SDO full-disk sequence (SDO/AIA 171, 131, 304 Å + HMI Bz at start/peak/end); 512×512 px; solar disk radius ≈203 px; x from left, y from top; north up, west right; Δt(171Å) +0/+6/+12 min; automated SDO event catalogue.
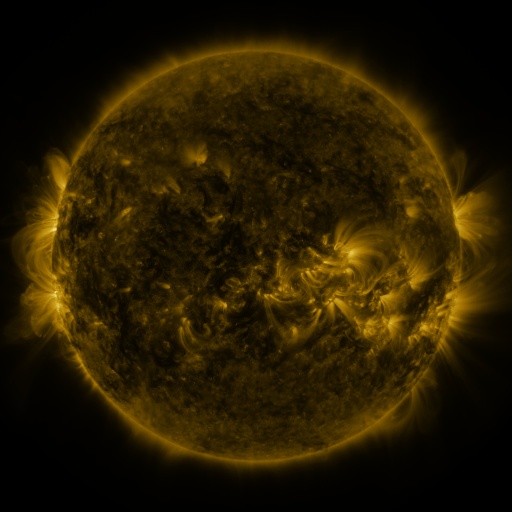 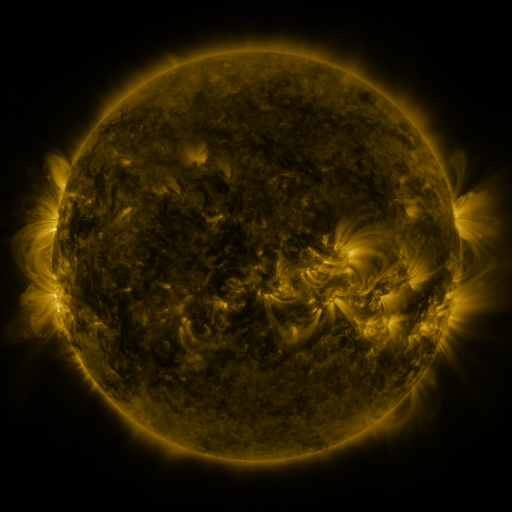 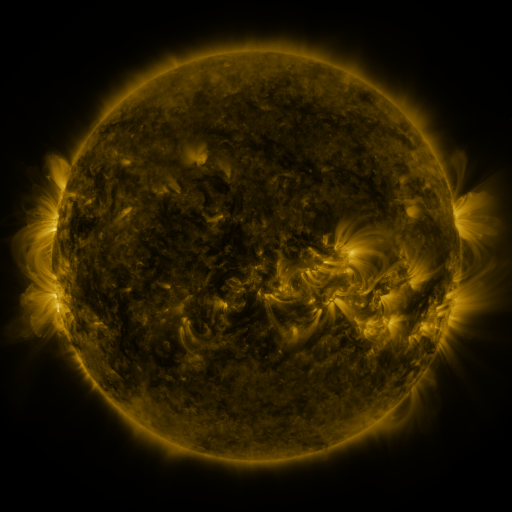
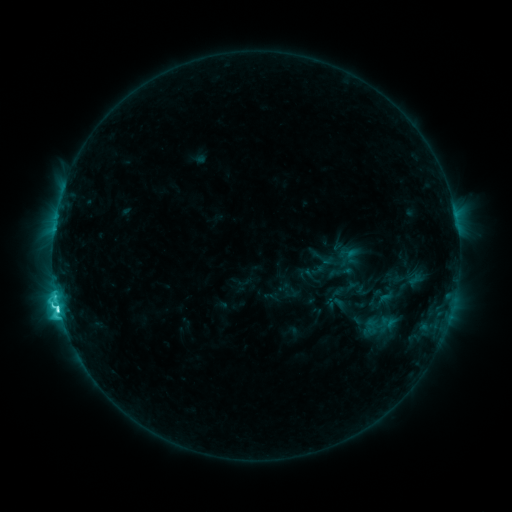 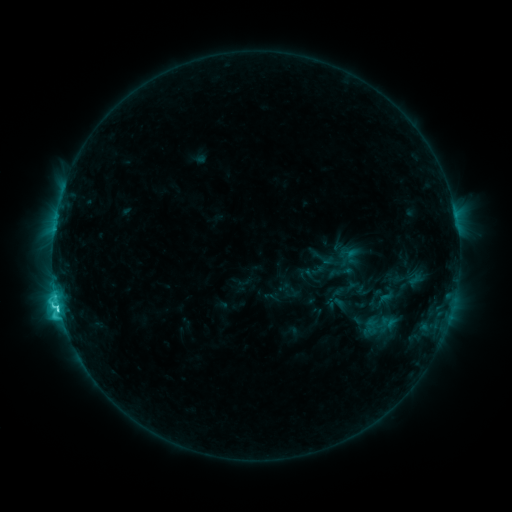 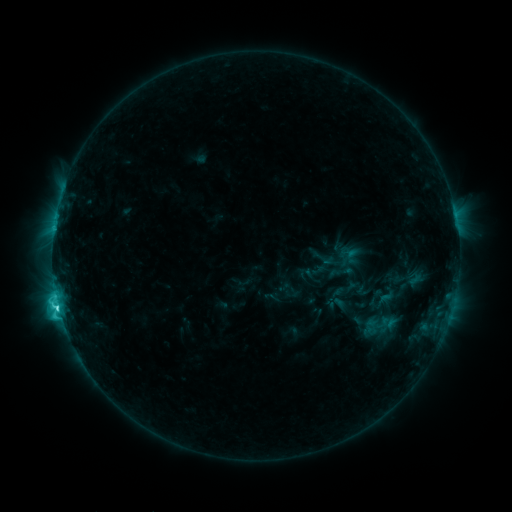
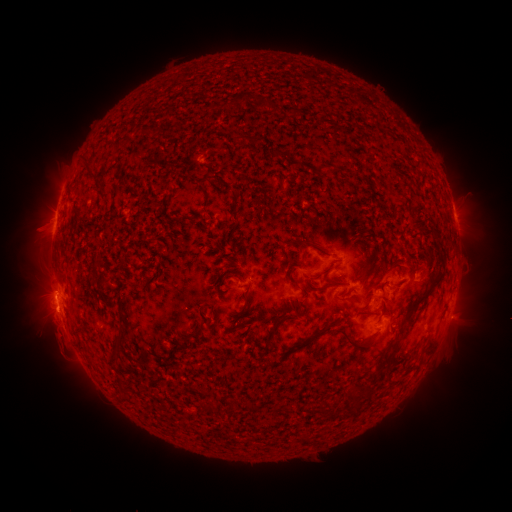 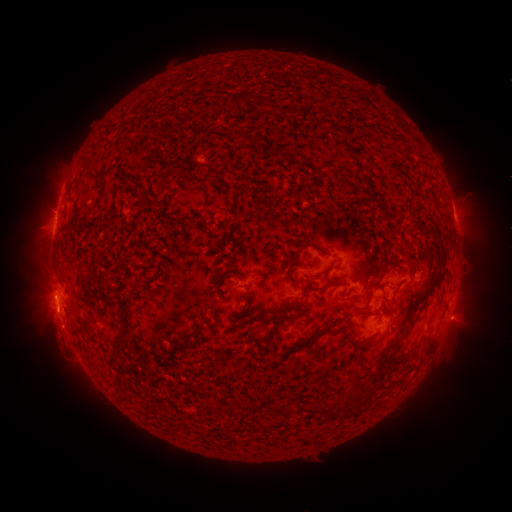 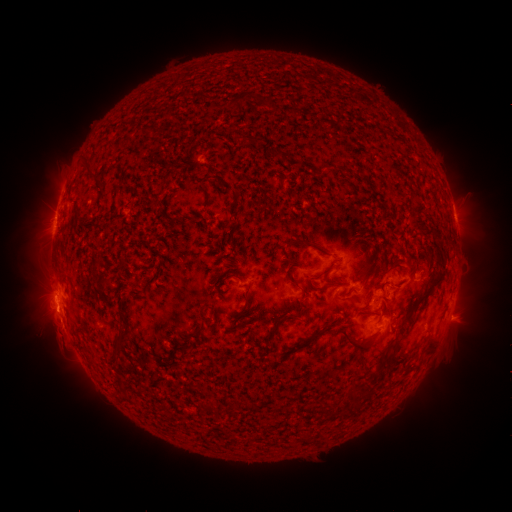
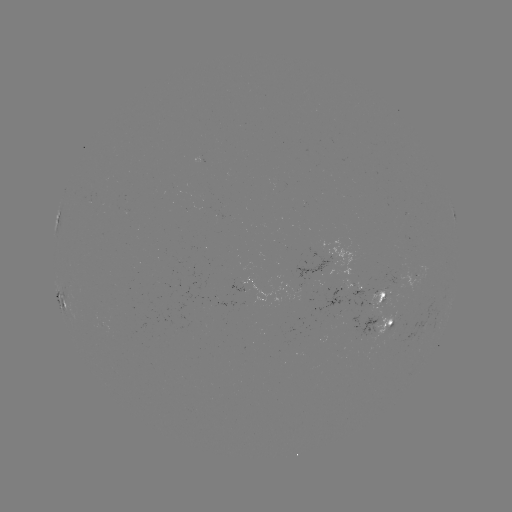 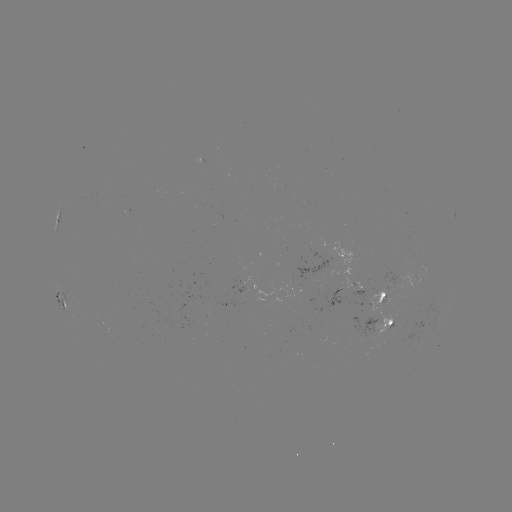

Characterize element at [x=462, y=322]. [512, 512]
eruption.